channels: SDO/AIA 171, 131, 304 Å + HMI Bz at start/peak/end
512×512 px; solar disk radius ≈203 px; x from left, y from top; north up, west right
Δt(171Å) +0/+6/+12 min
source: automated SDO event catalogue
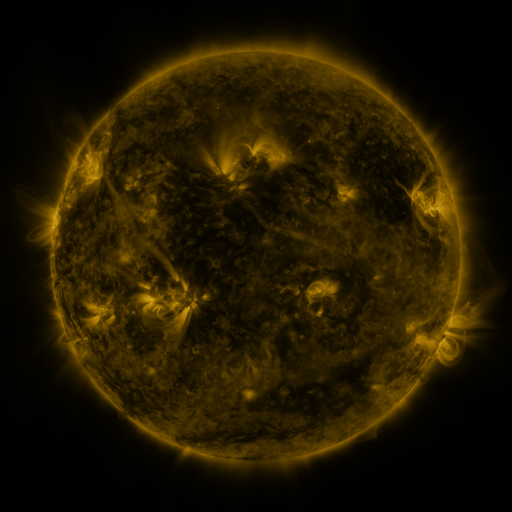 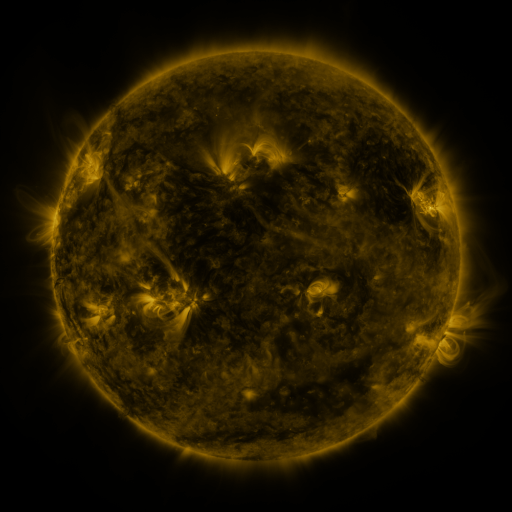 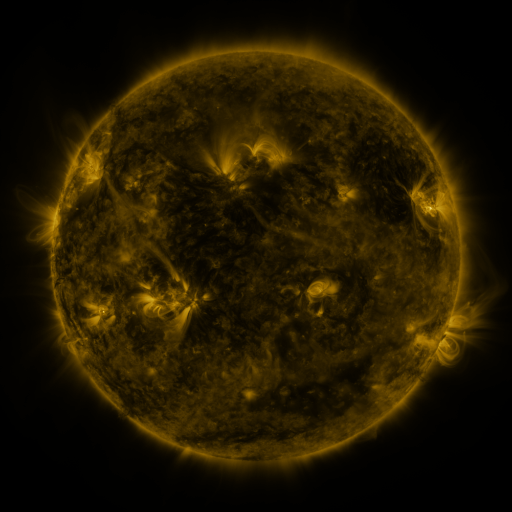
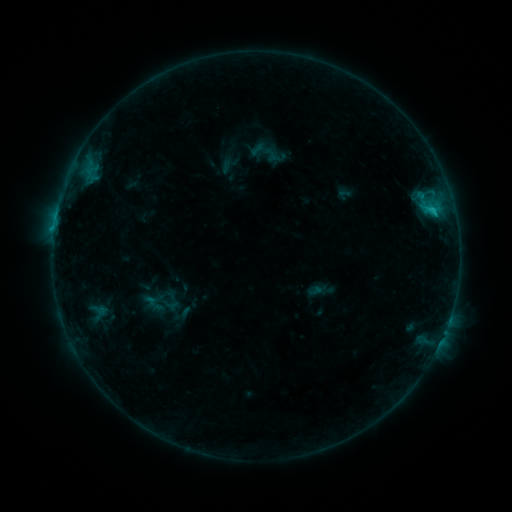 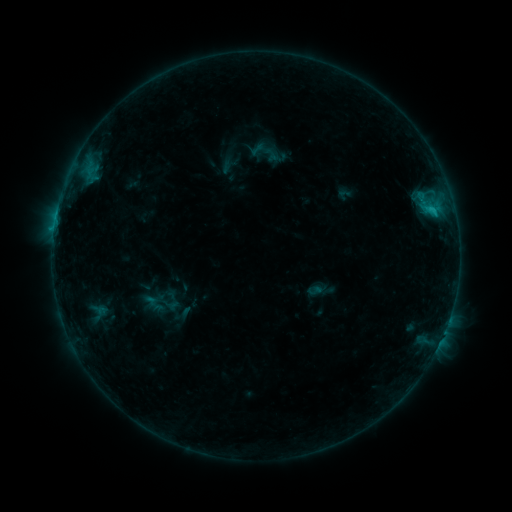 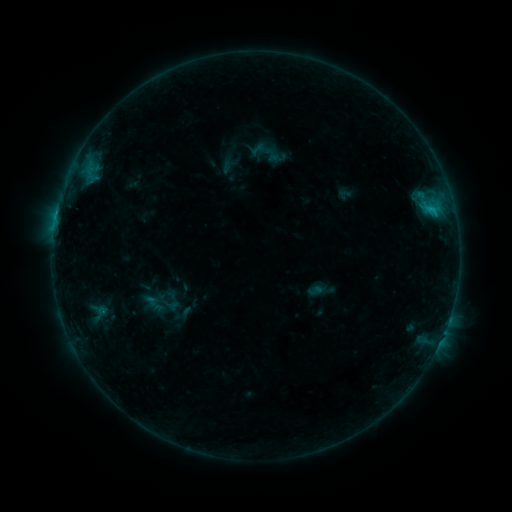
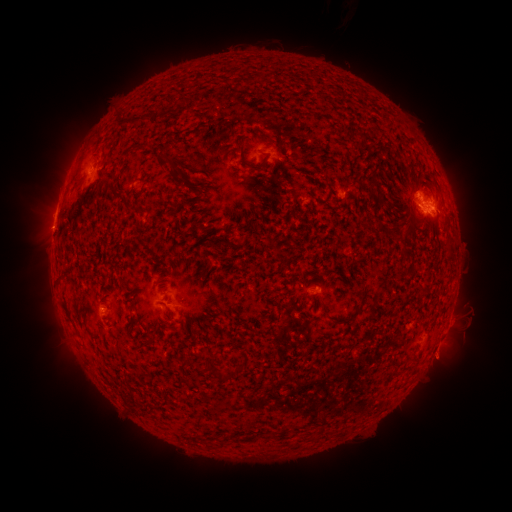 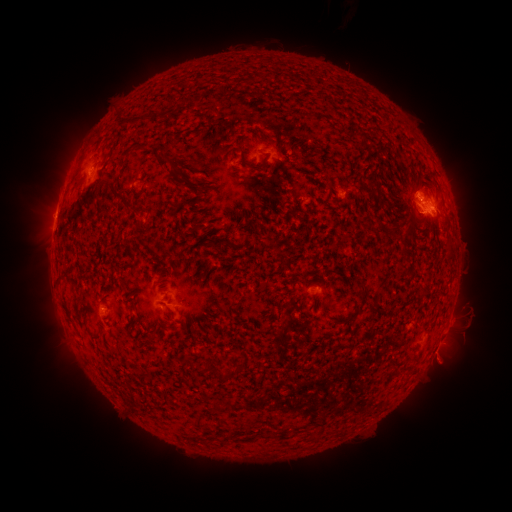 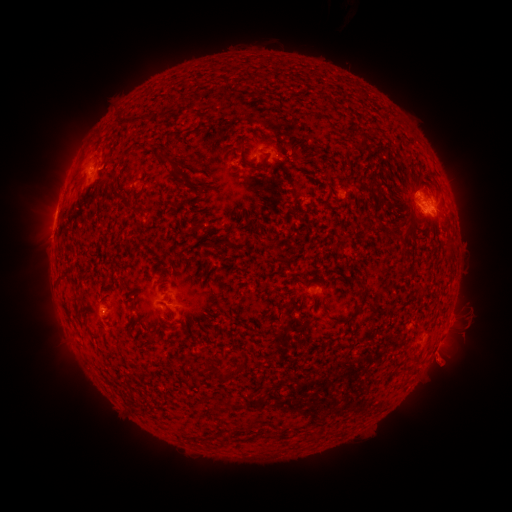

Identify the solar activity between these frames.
eruption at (445, 365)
